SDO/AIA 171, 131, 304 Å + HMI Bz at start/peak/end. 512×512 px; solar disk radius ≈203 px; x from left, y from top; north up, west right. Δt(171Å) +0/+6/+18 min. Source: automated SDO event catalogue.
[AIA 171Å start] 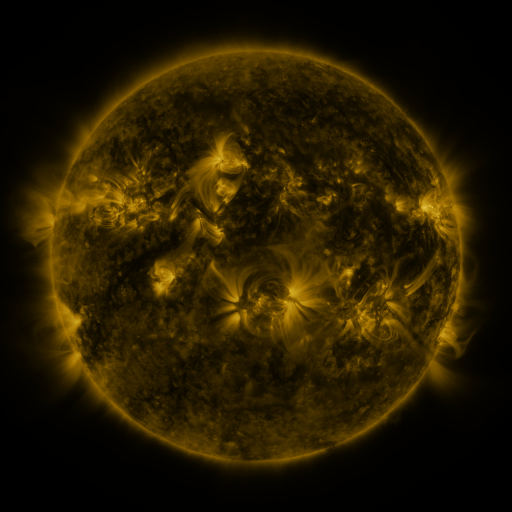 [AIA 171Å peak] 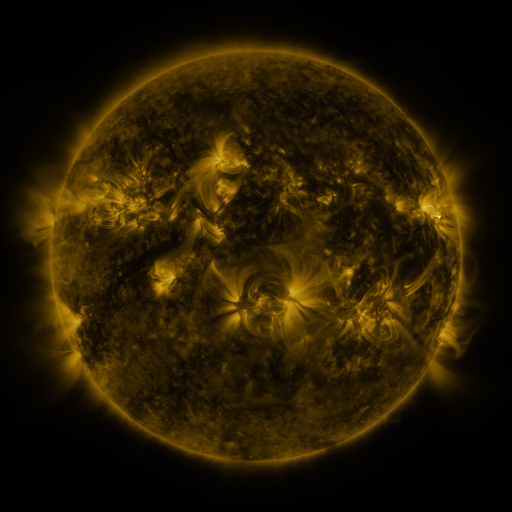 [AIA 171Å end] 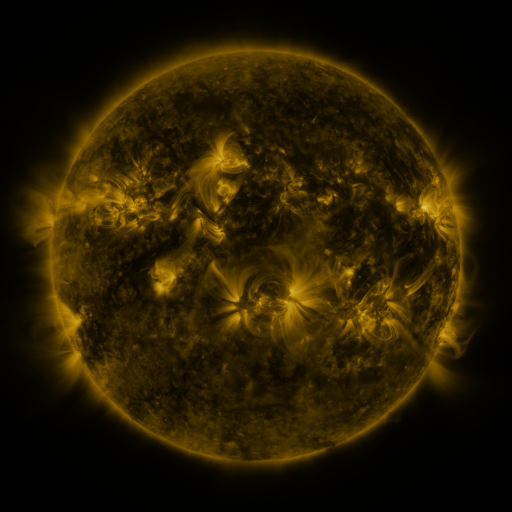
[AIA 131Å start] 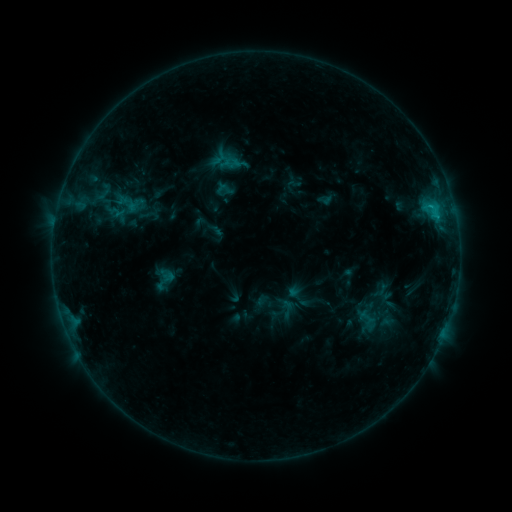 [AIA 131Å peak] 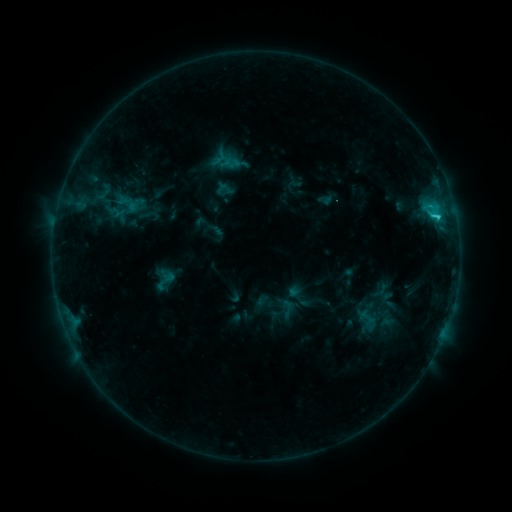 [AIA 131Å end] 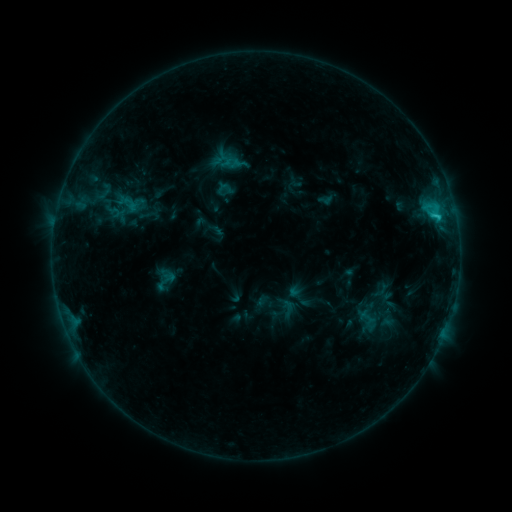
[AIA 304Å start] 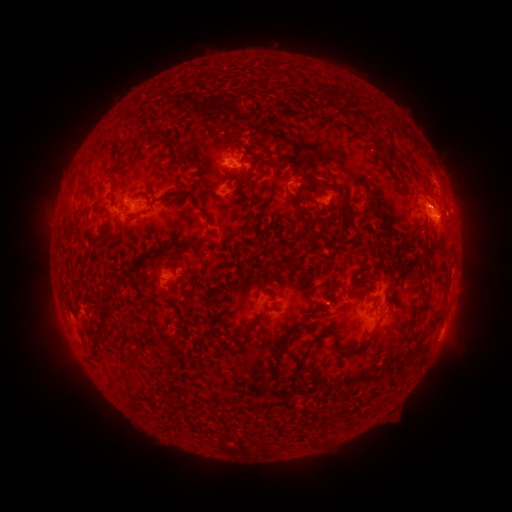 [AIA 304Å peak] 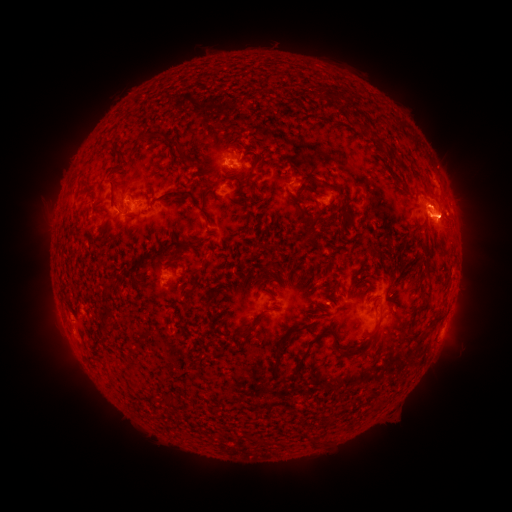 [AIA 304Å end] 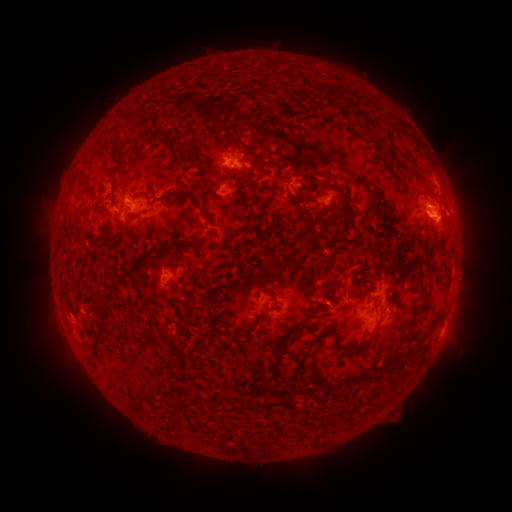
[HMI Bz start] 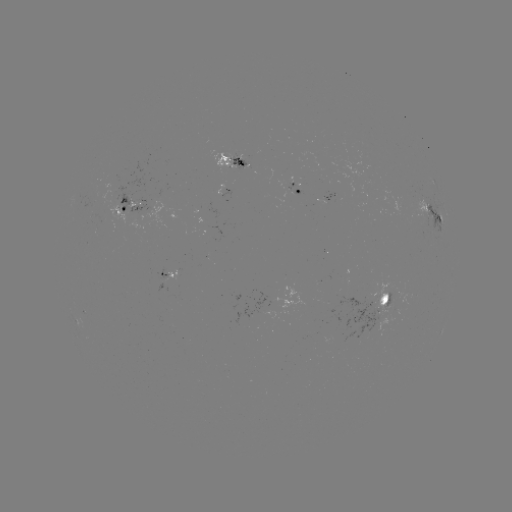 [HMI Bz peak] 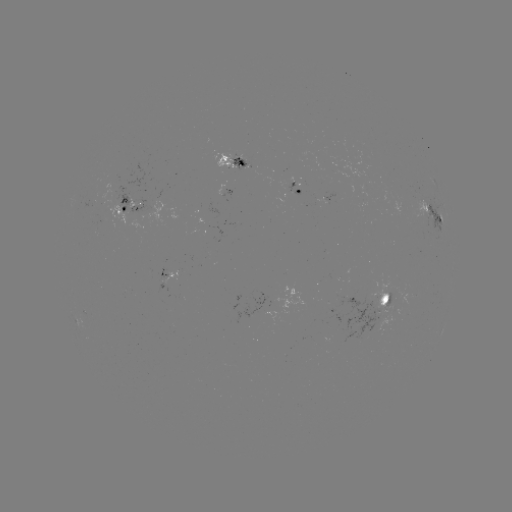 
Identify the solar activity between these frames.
C2.2 flare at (437, 218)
